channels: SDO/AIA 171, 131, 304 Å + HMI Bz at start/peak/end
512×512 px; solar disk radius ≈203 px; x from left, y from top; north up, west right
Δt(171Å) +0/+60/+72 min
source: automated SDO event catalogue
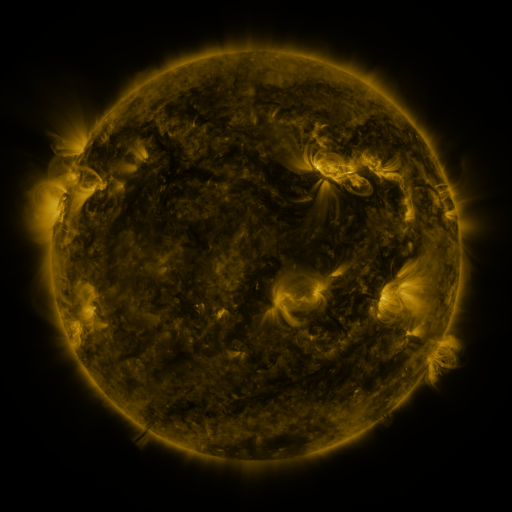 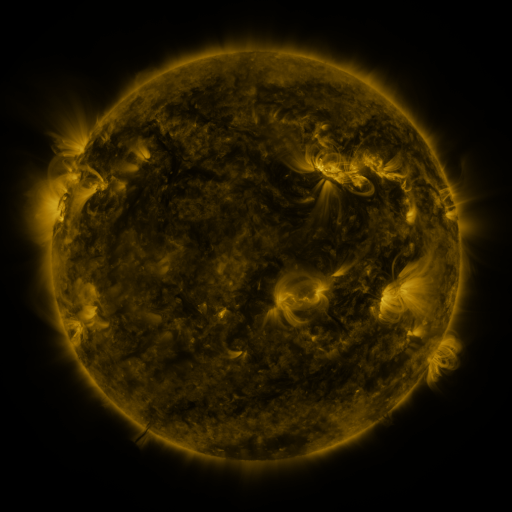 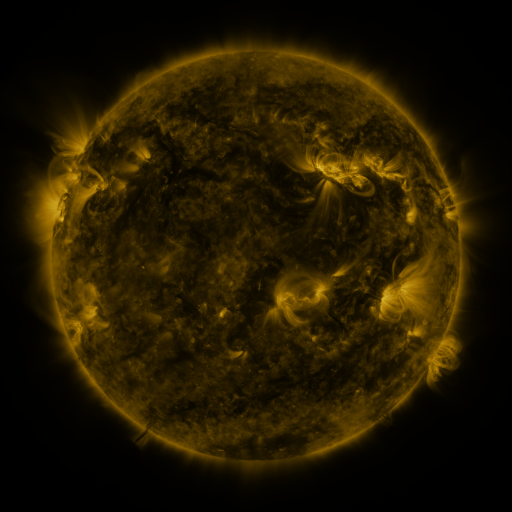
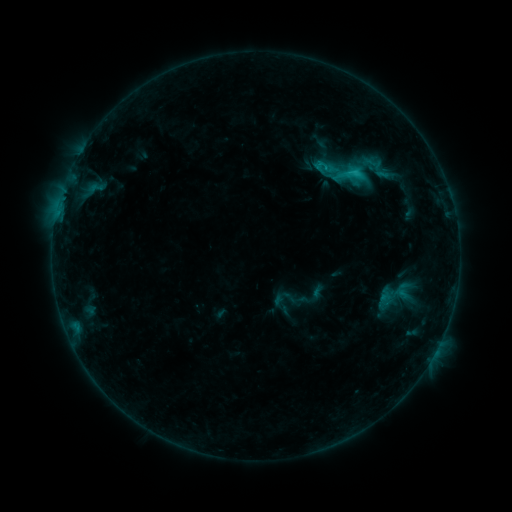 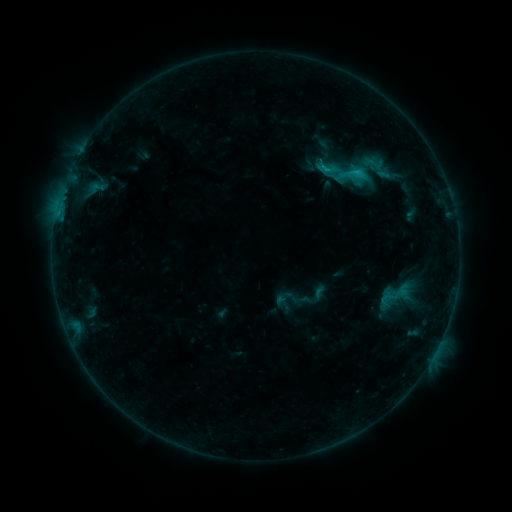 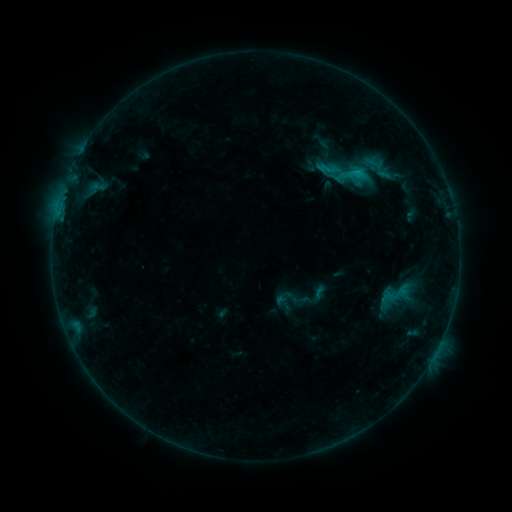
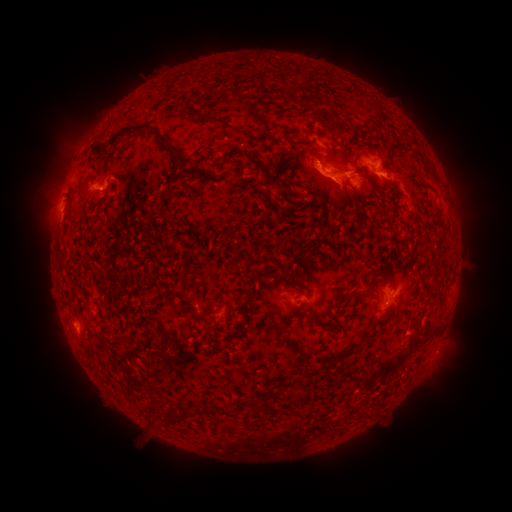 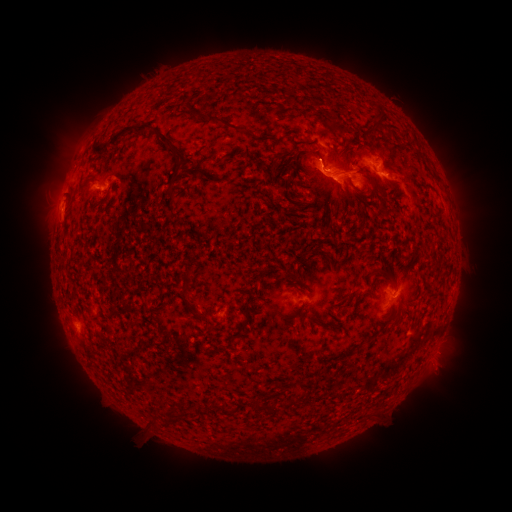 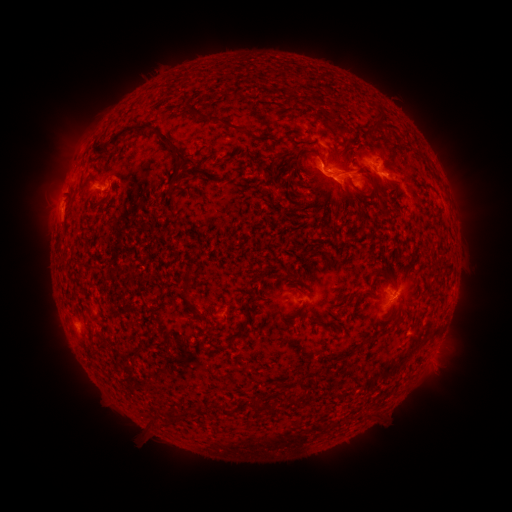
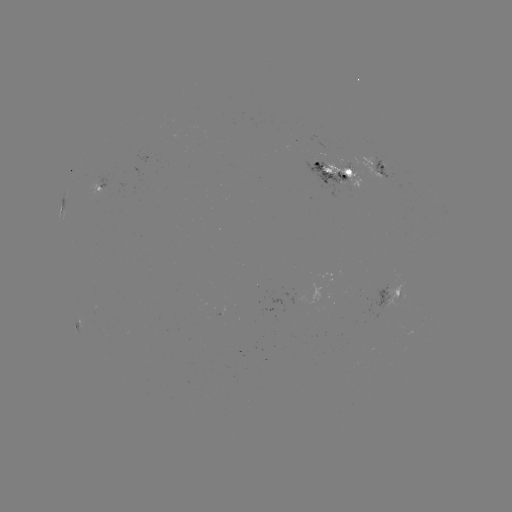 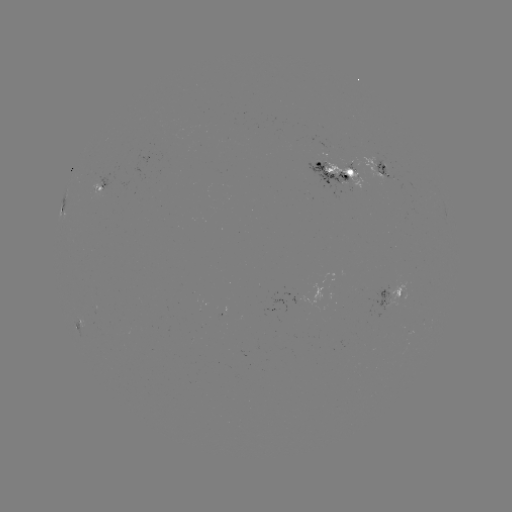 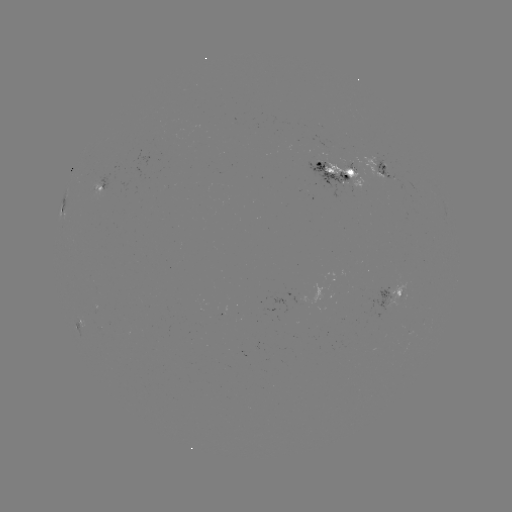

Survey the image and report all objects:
emerging-flux region: (328, 146)
